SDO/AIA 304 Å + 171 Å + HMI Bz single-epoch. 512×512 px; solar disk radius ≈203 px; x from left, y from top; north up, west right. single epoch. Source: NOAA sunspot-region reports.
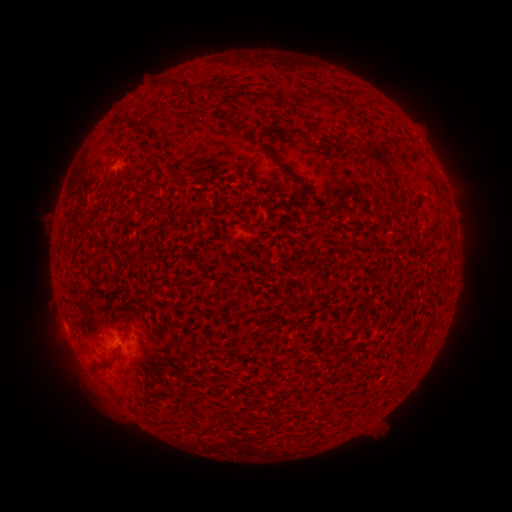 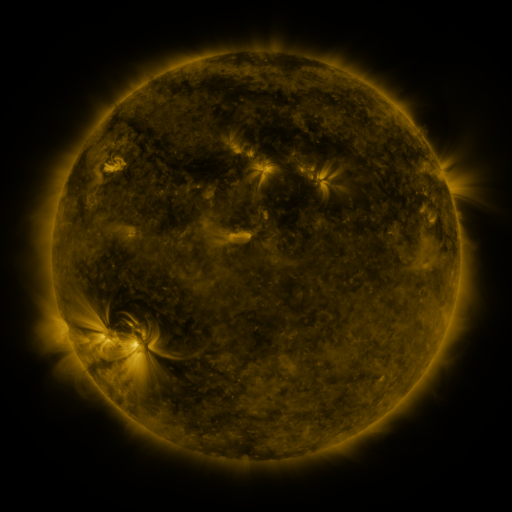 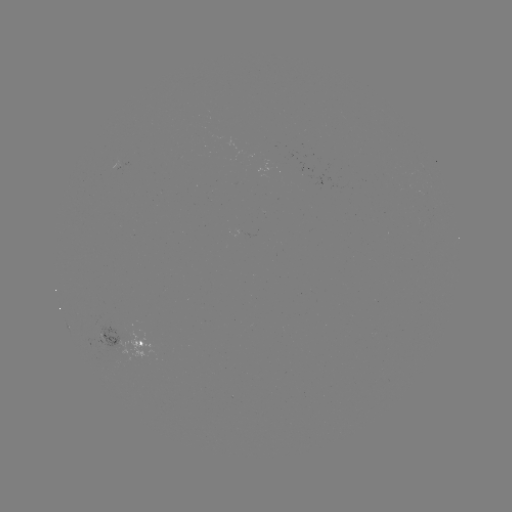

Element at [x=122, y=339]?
spotted active region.